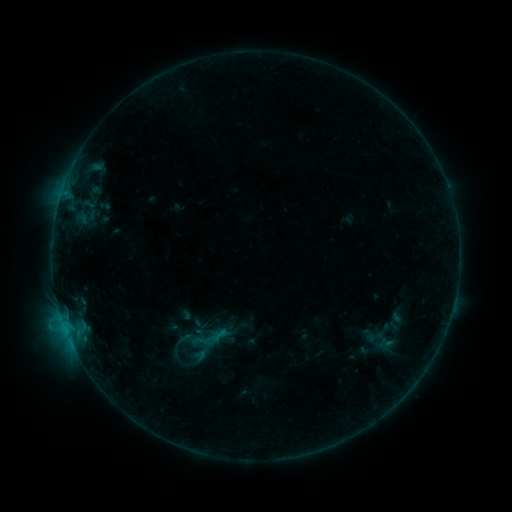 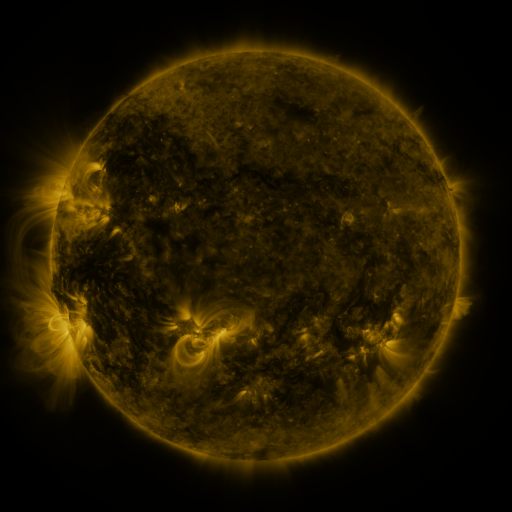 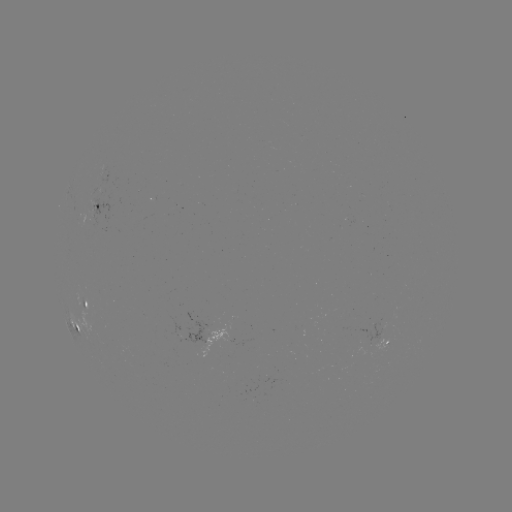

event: sigmoid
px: (202, 341)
